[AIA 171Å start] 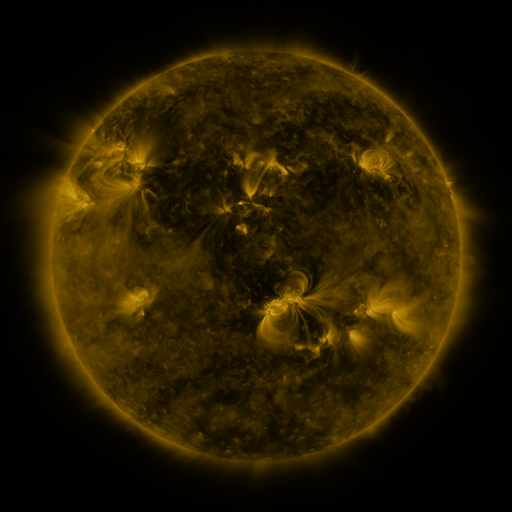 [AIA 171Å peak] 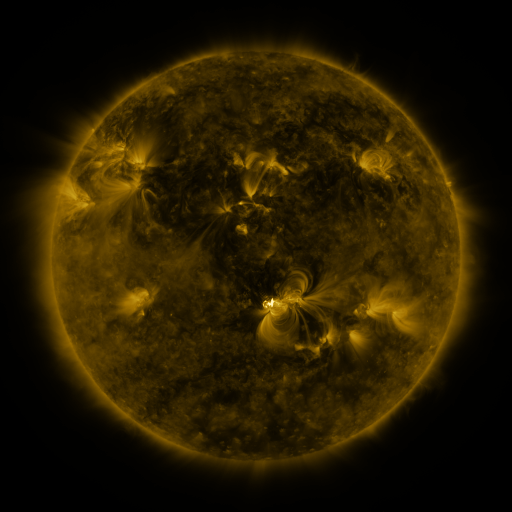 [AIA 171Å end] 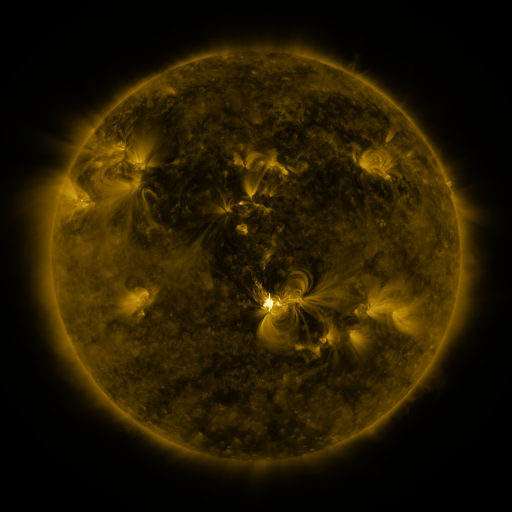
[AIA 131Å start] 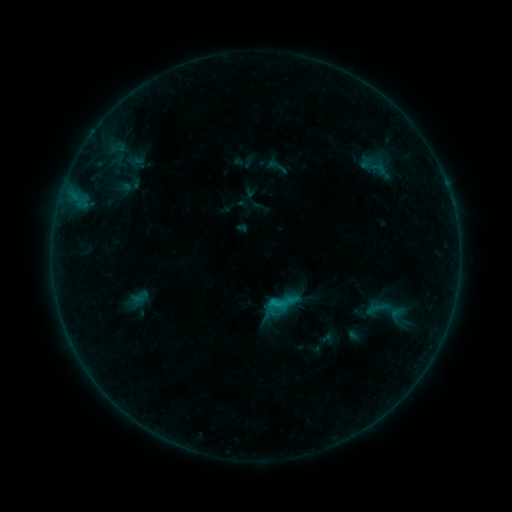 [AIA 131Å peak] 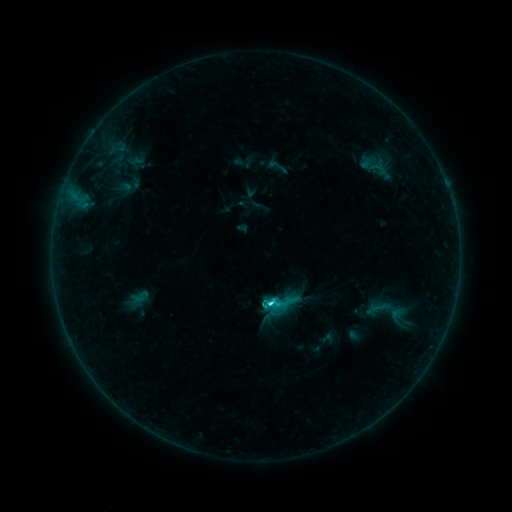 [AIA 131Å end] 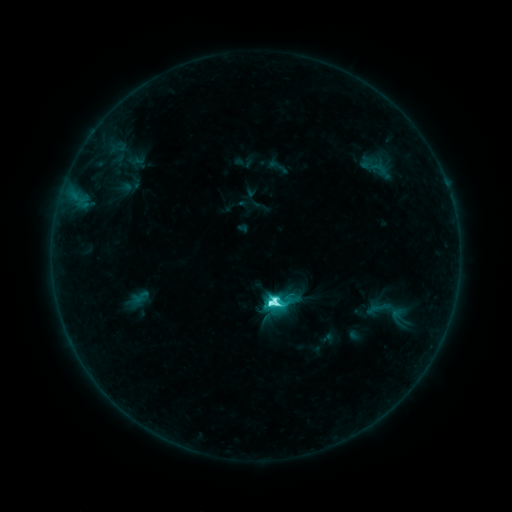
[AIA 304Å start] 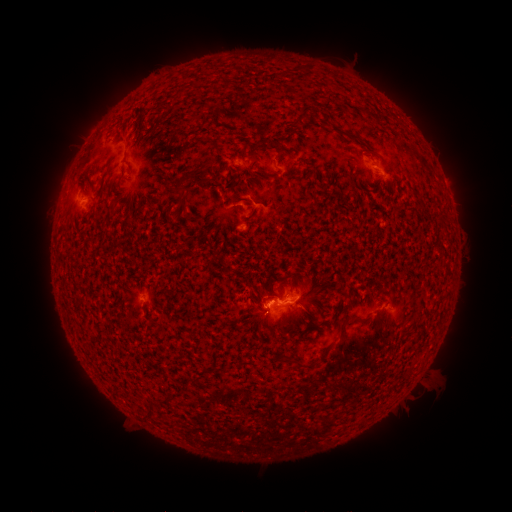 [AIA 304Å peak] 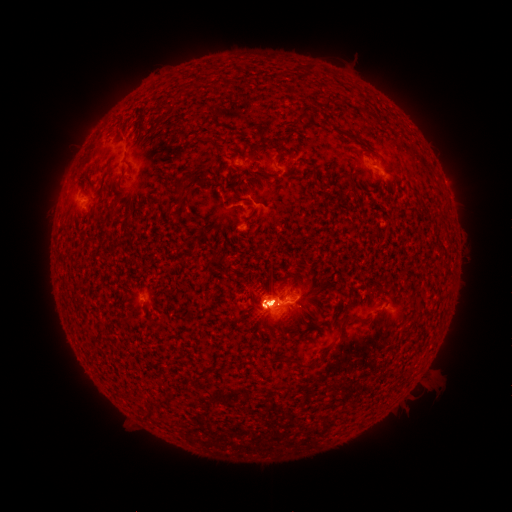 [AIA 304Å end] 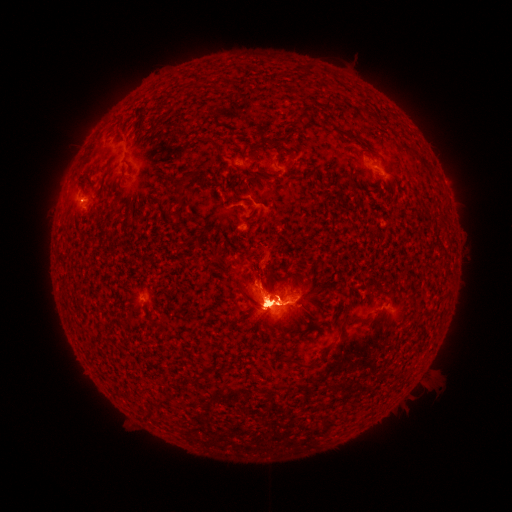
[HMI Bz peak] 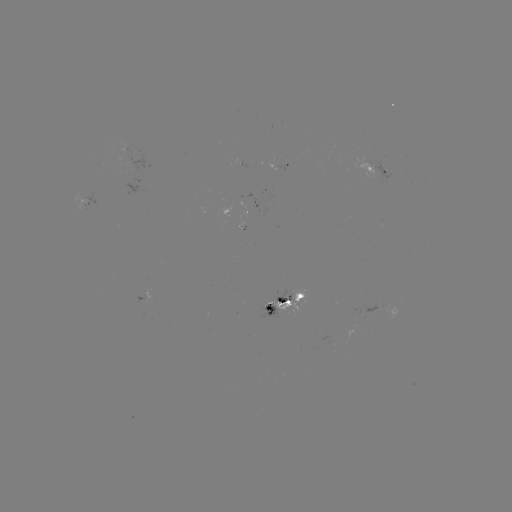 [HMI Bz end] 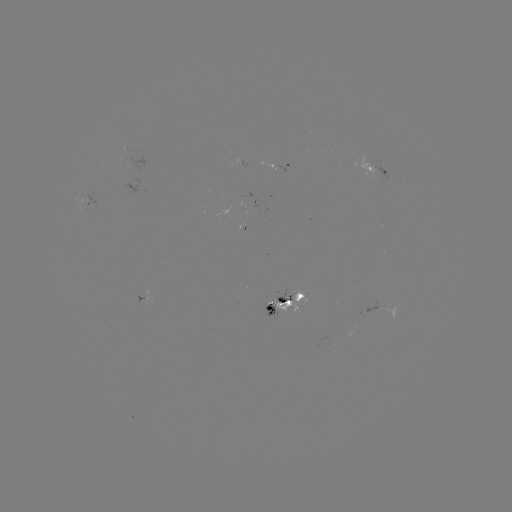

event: flare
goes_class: M2.2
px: (269, 302)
